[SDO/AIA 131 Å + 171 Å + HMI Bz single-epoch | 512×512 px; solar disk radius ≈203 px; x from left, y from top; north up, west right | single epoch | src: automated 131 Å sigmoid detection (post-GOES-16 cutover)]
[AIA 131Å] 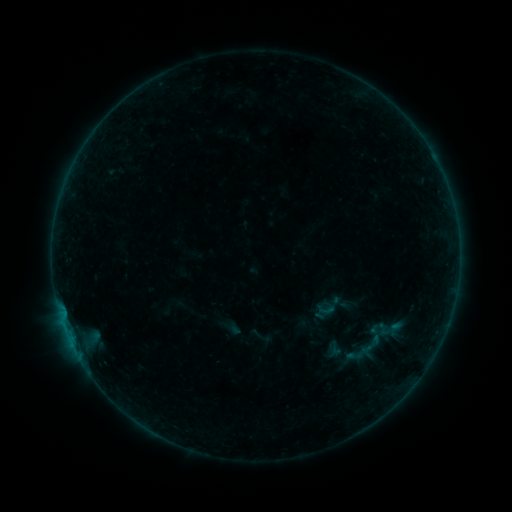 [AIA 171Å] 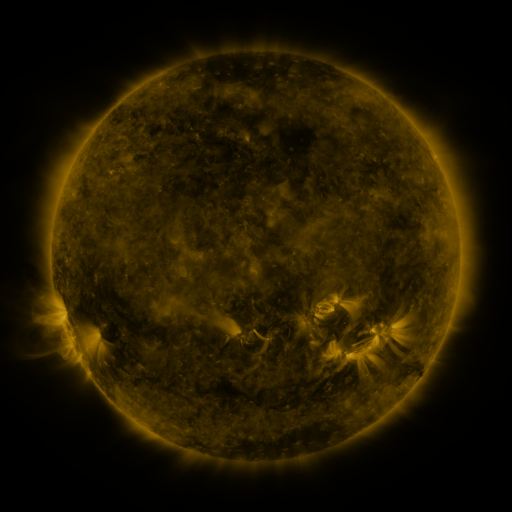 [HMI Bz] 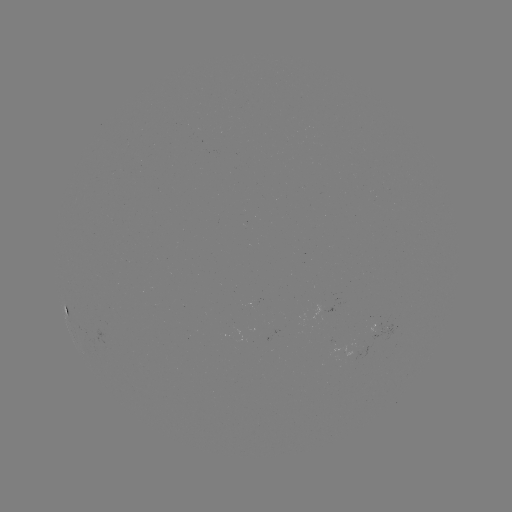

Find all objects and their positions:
sigmoid: (377, 335)
sigmoid: (334, 348)
